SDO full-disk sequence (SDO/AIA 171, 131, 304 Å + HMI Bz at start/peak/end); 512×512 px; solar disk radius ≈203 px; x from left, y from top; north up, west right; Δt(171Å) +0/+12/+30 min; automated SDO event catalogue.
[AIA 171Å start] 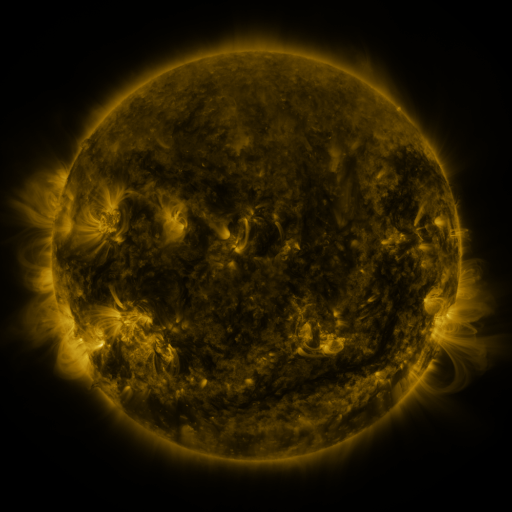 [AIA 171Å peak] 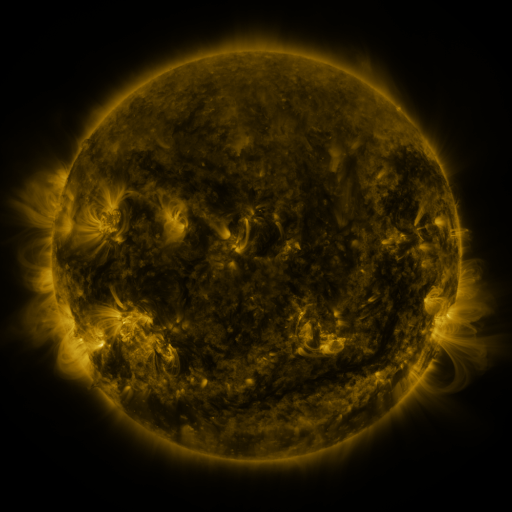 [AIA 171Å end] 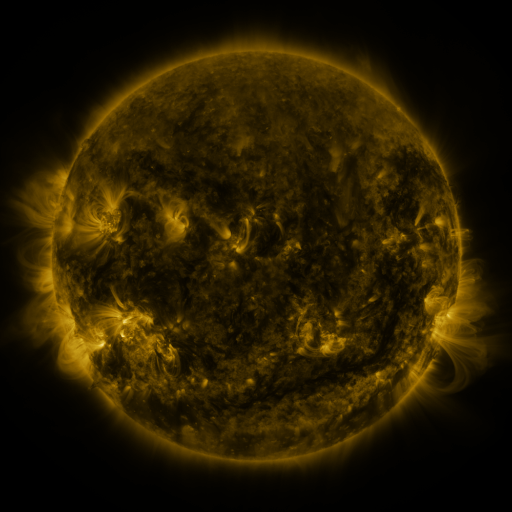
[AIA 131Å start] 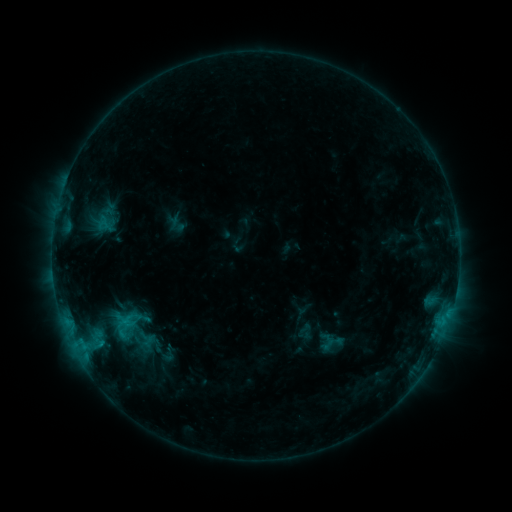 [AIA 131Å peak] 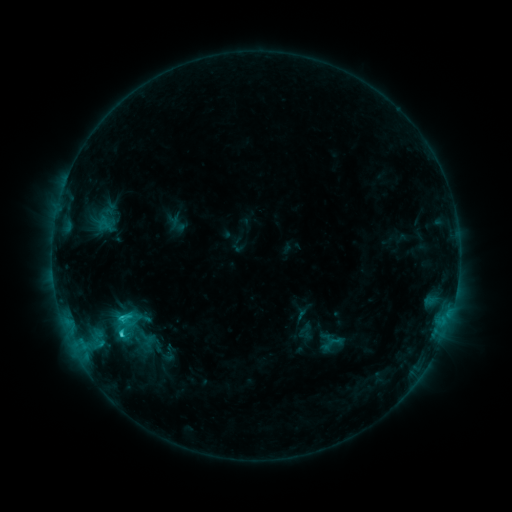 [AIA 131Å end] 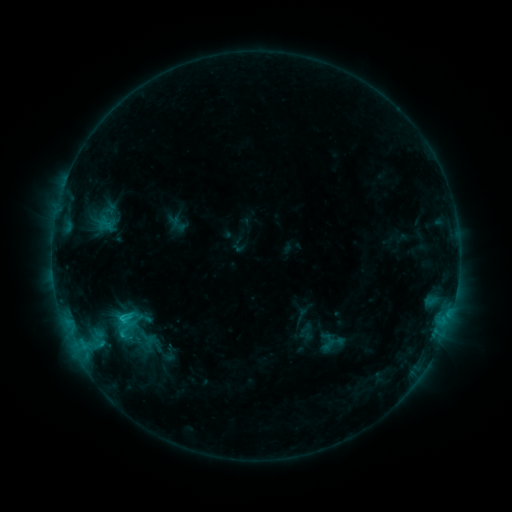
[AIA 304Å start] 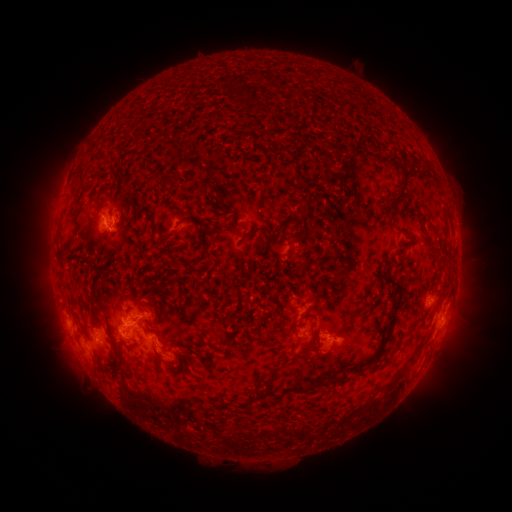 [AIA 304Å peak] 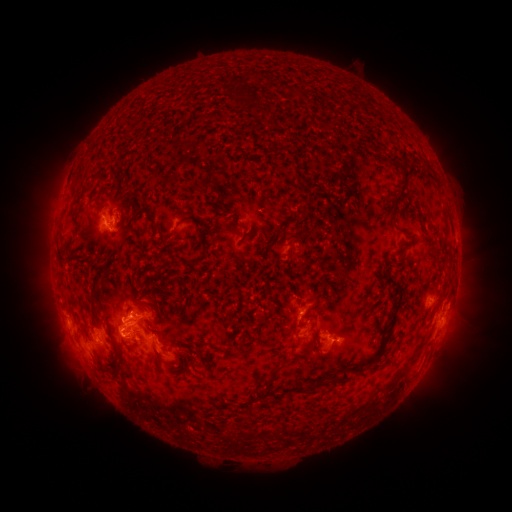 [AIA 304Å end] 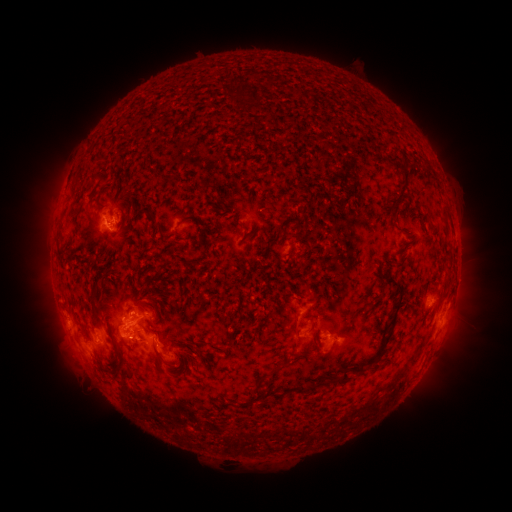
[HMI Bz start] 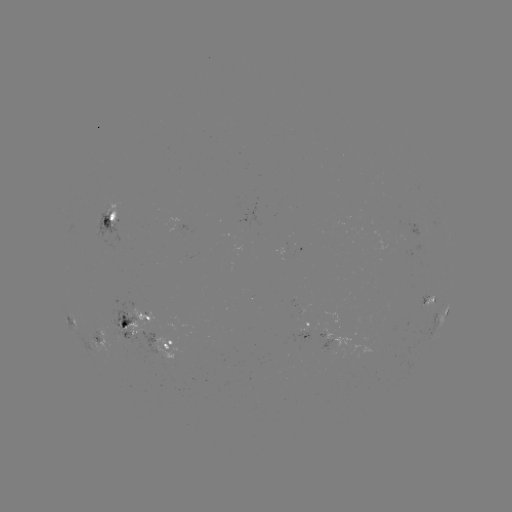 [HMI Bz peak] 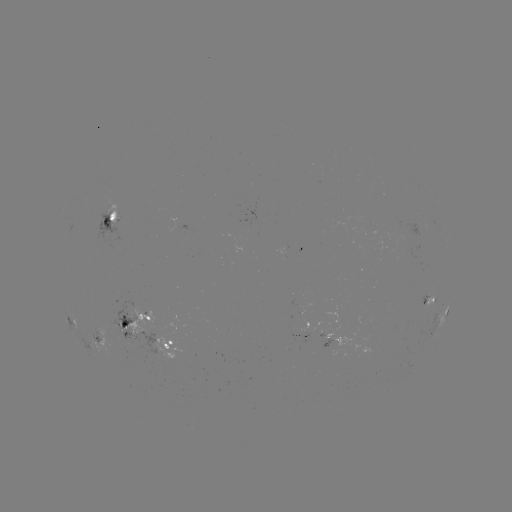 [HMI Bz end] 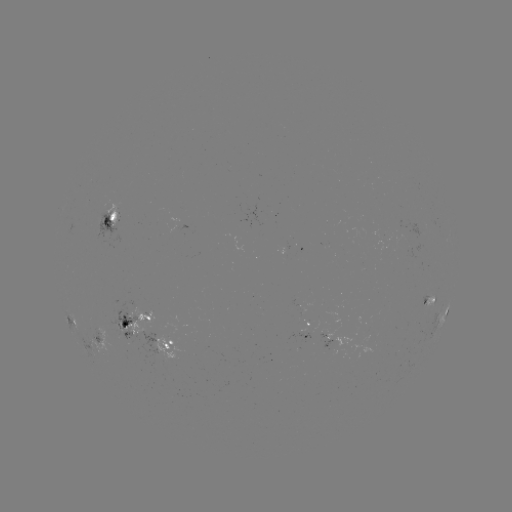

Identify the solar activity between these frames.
C2.2 flare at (123, 333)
